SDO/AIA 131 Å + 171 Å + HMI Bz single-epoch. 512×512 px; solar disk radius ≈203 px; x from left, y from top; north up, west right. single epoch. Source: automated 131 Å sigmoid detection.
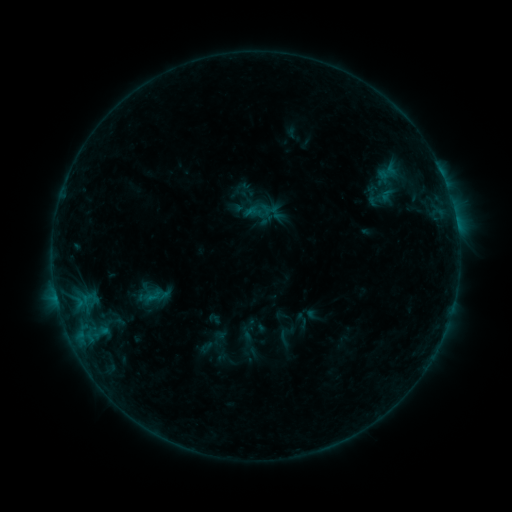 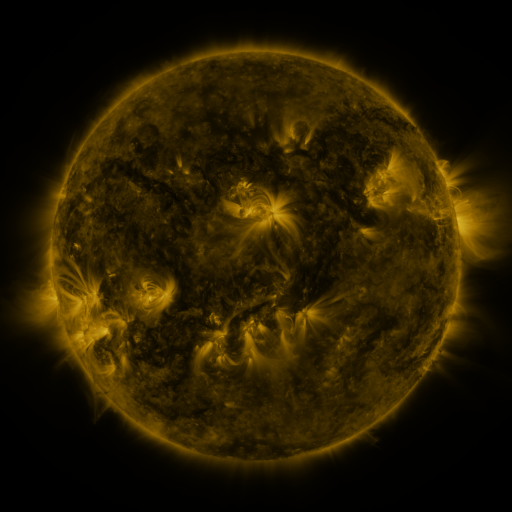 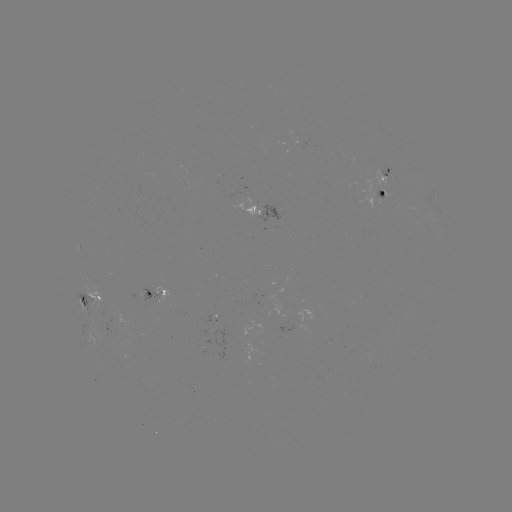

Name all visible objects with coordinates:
sigmoid: <bbox>140, 285, 166, 306</bbox>
